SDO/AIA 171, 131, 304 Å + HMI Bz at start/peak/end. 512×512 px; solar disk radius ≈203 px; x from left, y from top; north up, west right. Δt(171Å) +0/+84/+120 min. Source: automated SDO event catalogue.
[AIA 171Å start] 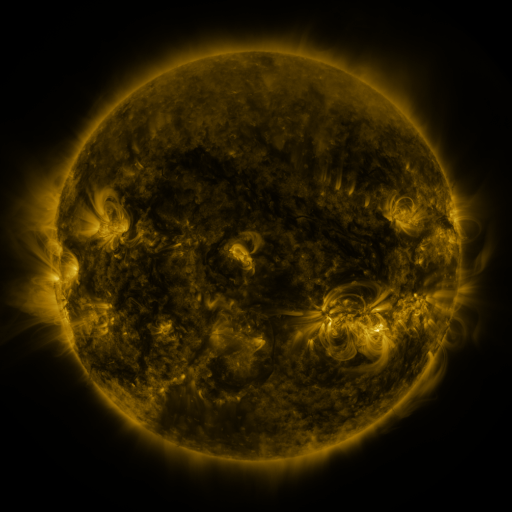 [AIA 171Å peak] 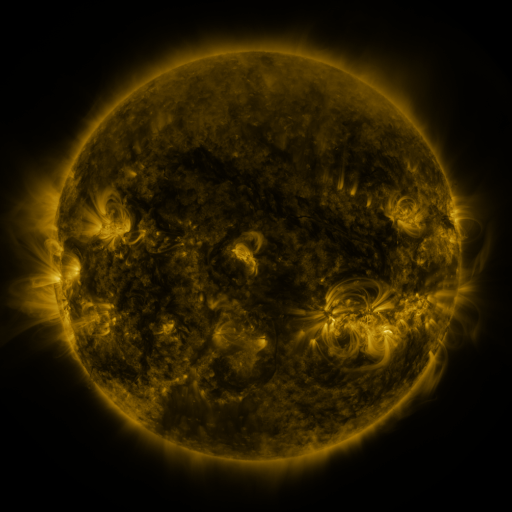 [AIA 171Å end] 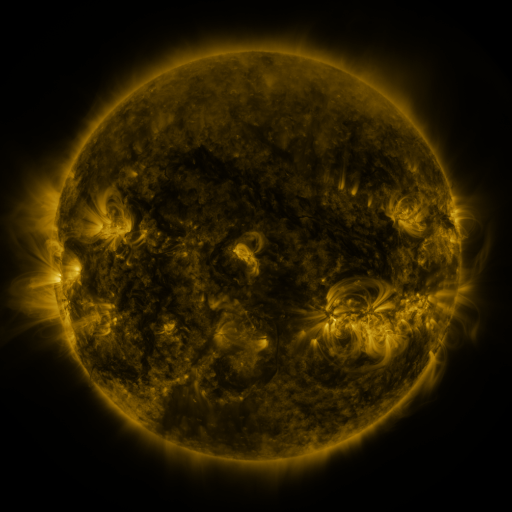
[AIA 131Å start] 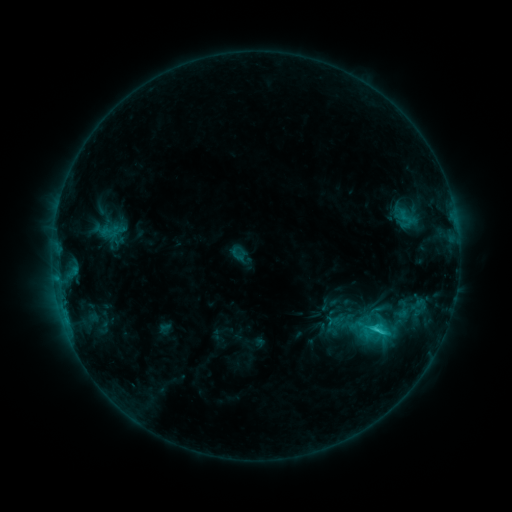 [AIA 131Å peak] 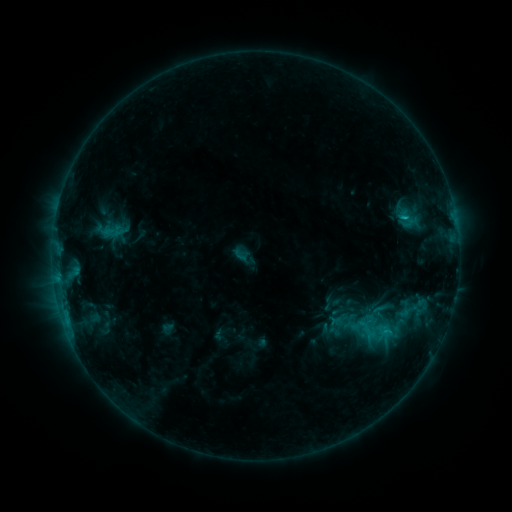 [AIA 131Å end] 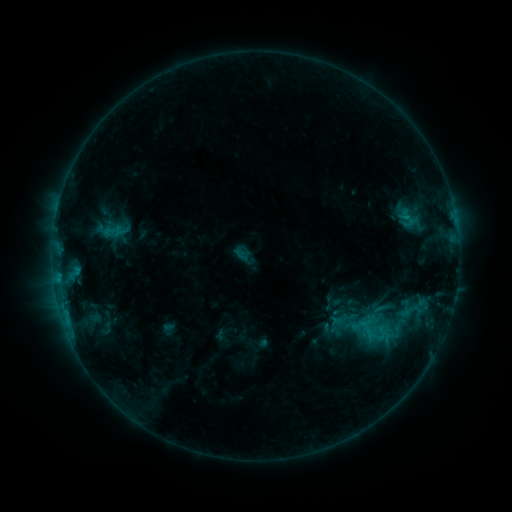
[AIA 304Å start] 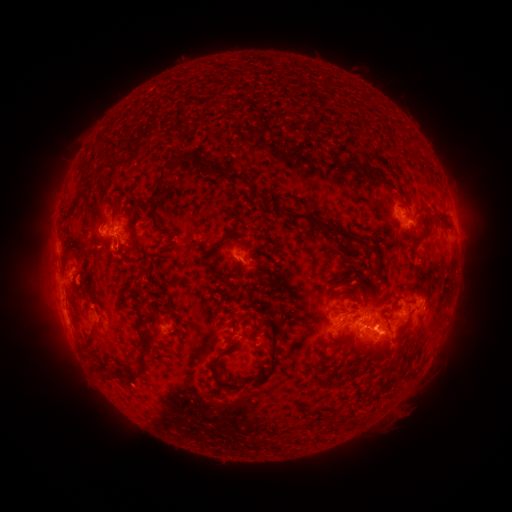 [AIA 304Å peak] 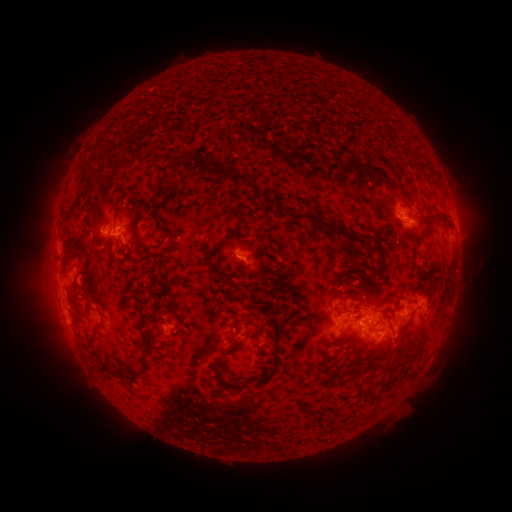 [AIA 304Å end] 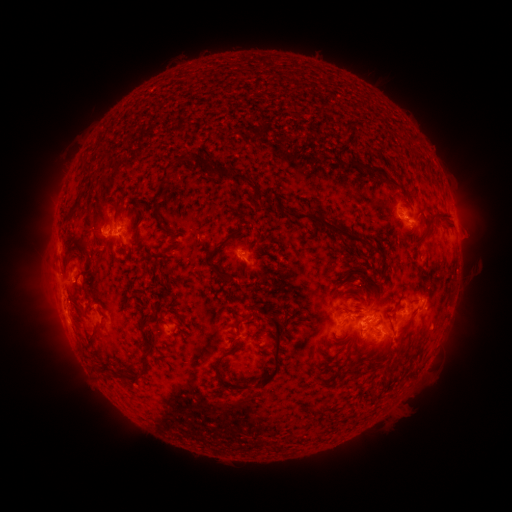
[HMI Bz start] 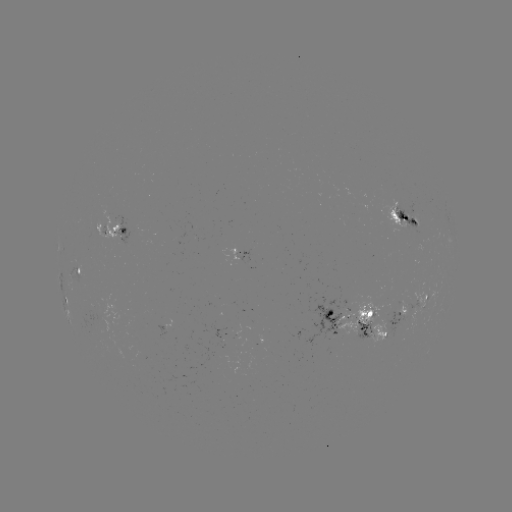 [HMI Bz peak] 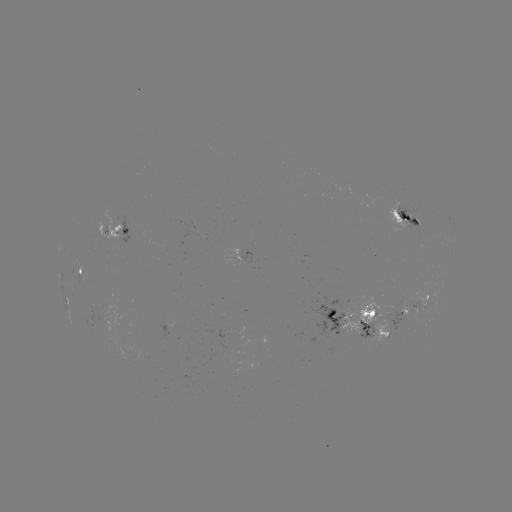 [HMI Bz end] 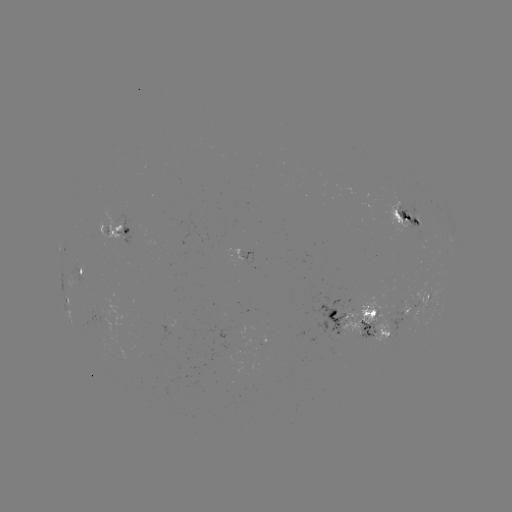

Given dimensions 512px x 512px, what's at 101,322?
emerging-flux region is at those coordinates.